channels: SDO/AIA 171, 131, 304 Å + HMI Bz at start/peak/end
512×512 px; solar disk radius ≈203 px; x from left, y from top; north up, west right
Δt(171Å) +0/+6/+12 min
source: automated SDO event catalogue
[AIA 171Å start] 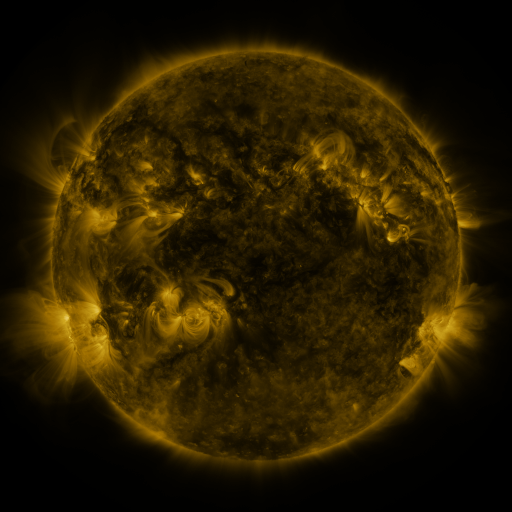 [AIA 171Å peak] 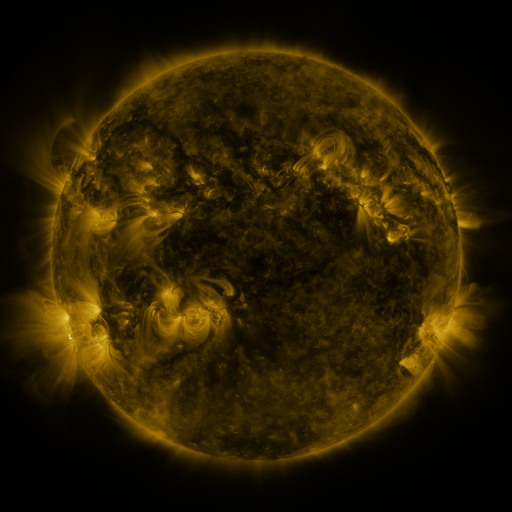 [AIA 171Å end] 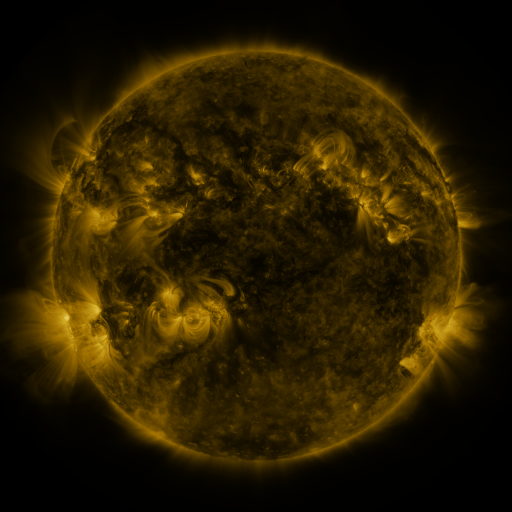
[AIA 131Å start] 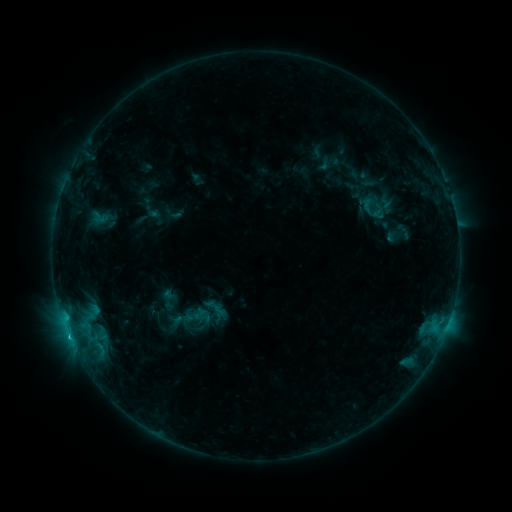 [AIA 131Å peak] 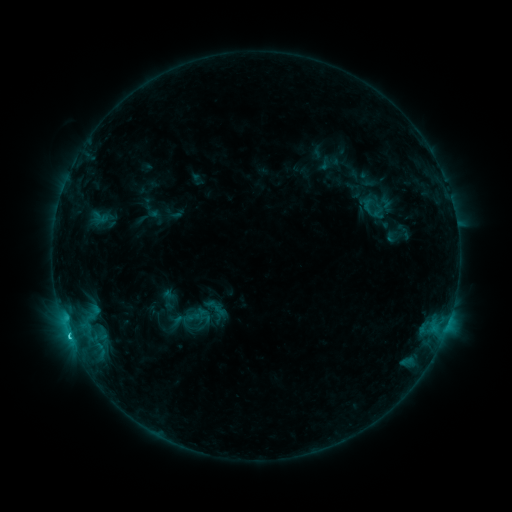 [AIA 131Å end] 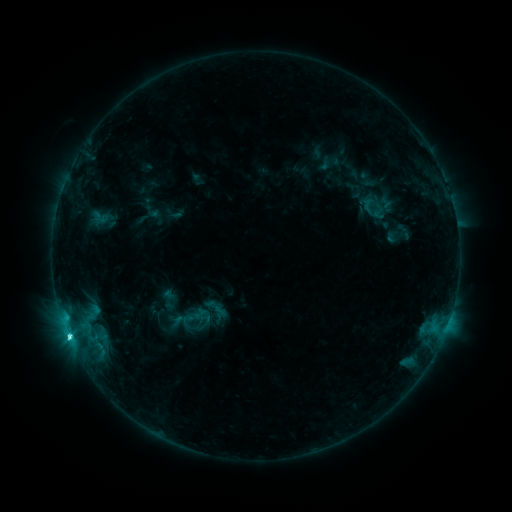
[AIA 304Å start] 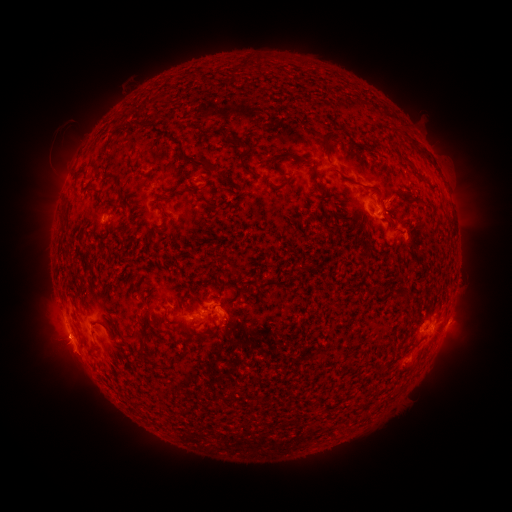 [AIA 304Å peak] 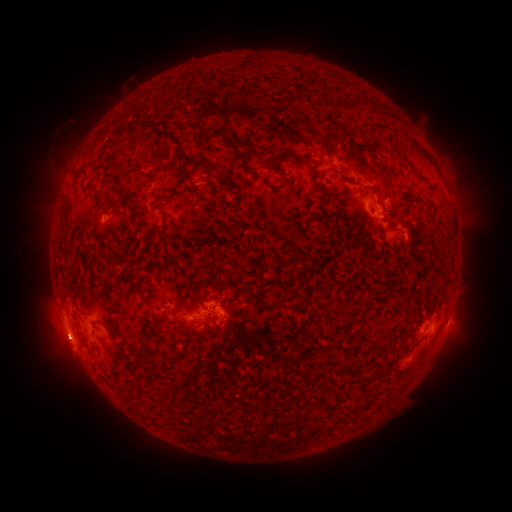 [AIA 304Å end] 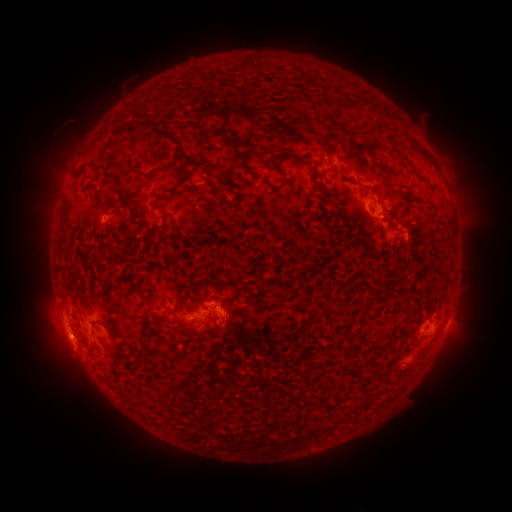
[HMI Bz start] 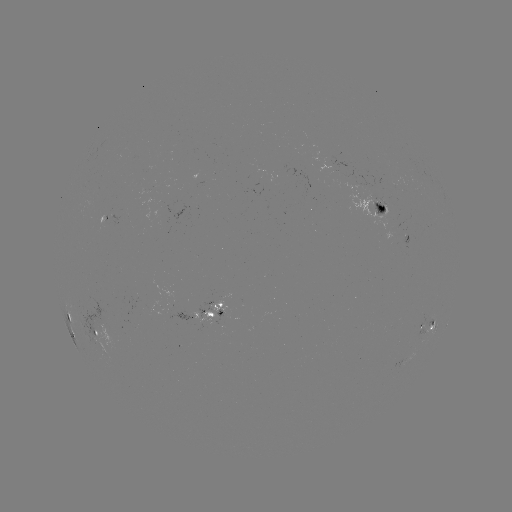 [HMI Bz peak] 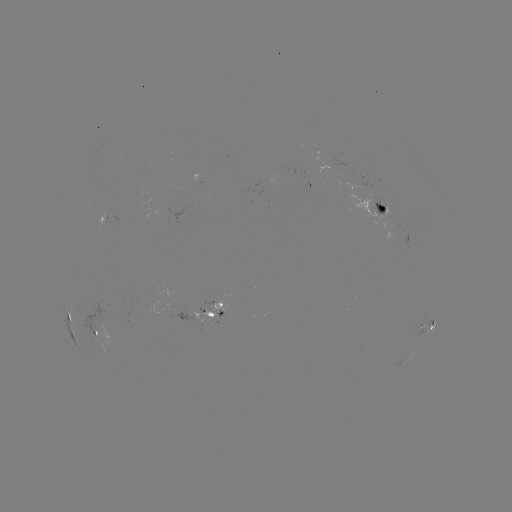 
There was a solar eruption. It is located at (58, 345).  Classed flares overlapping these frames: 1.